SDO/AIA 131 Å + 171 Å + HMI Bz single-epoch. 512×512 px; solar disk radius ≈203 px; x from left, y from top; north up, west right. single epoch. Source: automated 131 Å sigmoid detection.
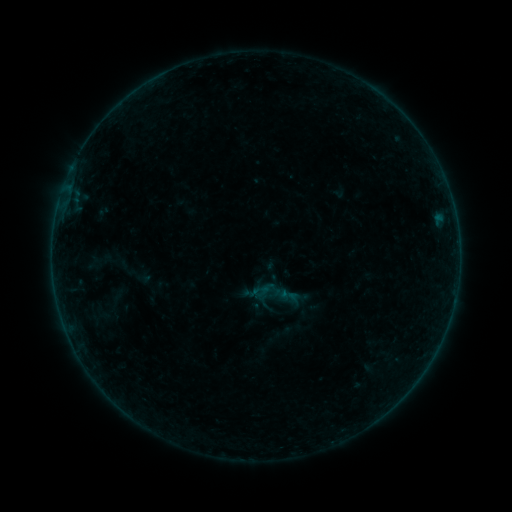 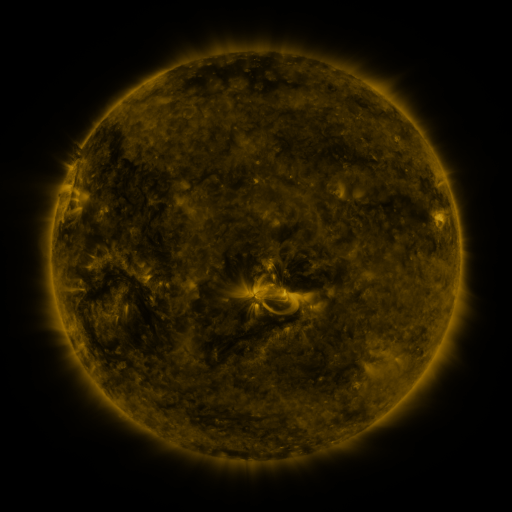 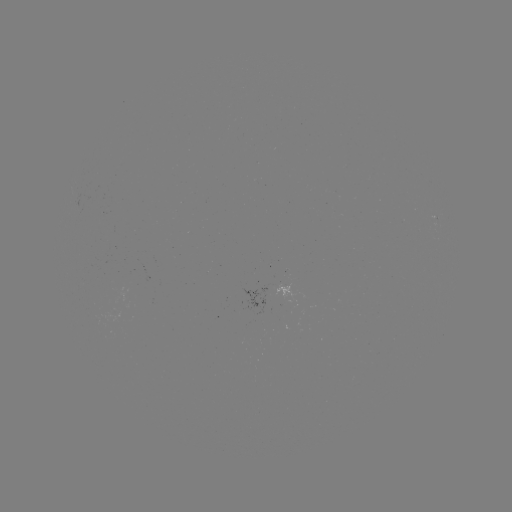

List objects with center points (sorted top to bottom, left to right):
sigmoid: (252, 281, 271, 299)
sigmoid: (279, 285, 299, 305)
